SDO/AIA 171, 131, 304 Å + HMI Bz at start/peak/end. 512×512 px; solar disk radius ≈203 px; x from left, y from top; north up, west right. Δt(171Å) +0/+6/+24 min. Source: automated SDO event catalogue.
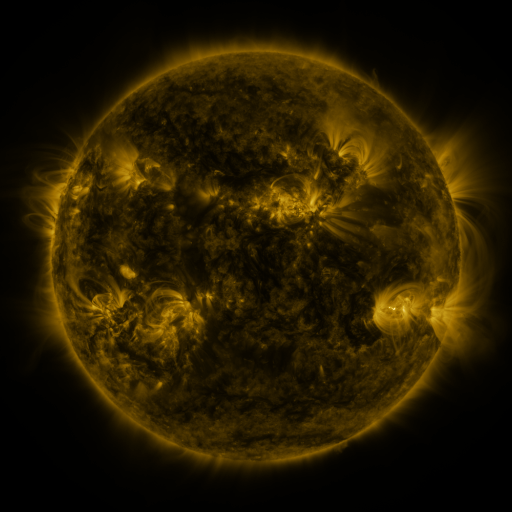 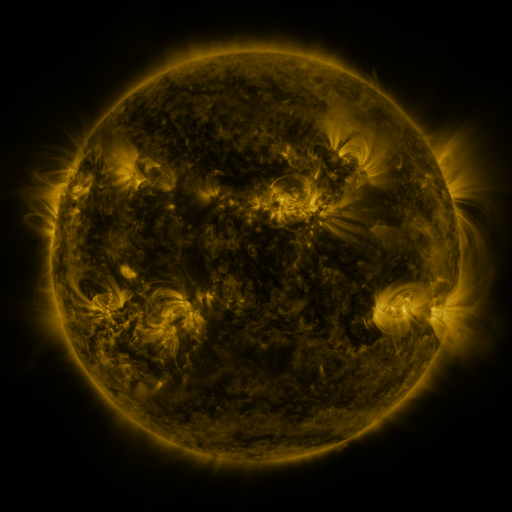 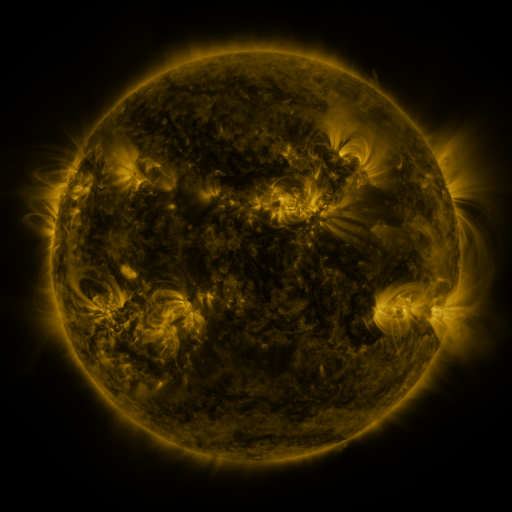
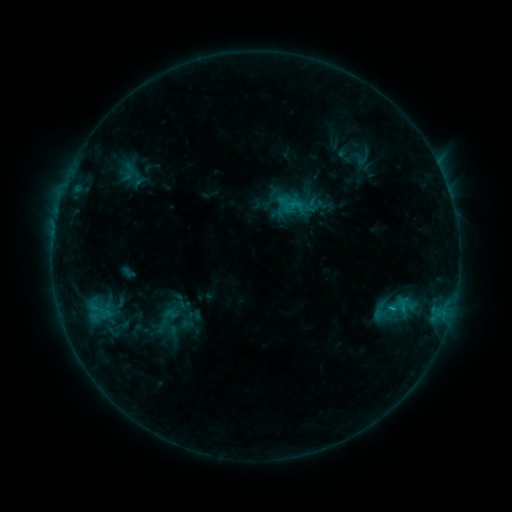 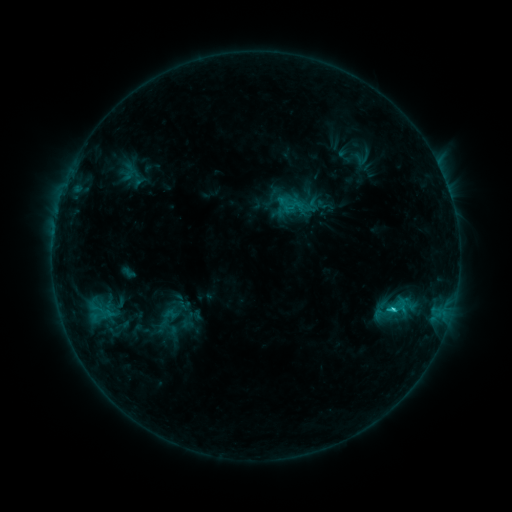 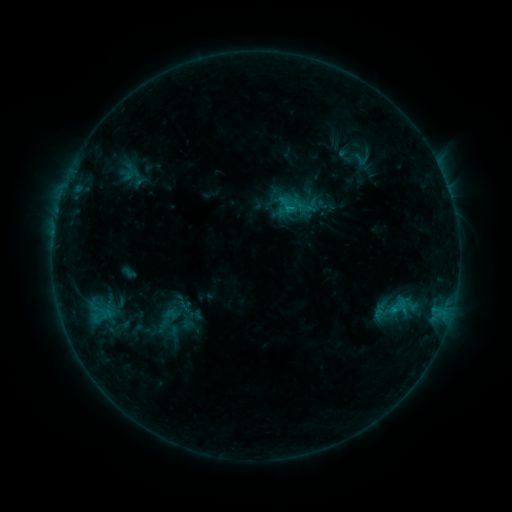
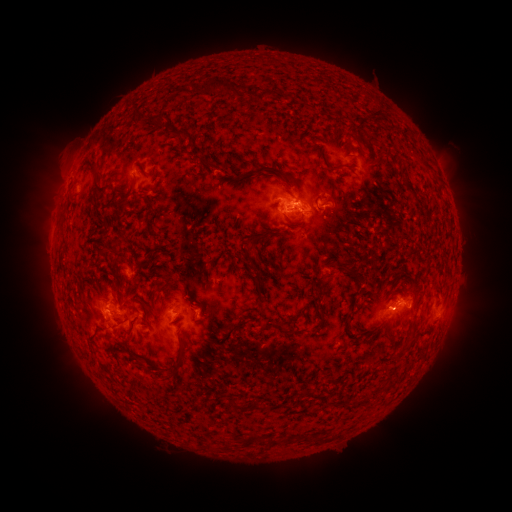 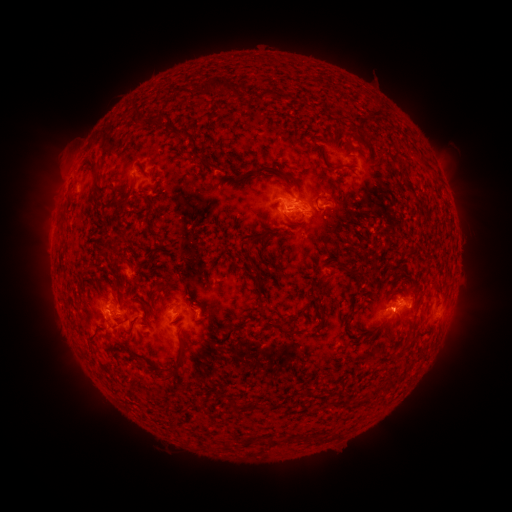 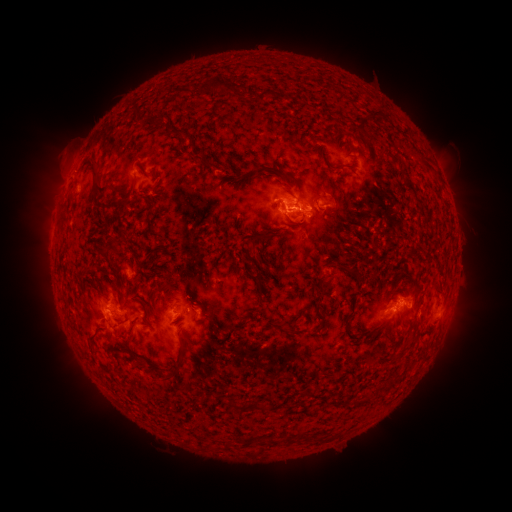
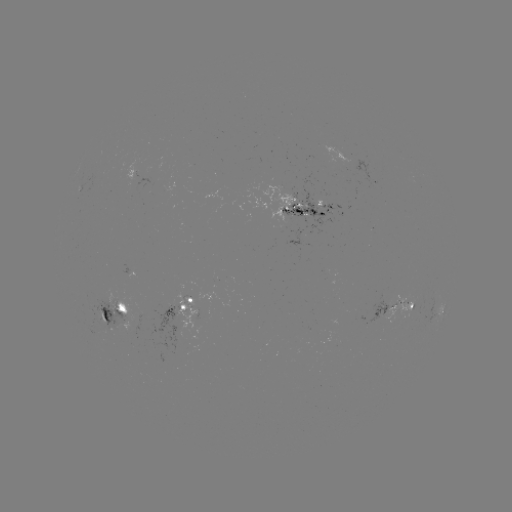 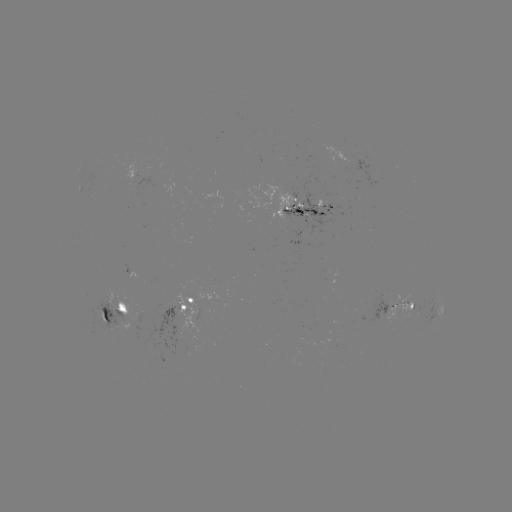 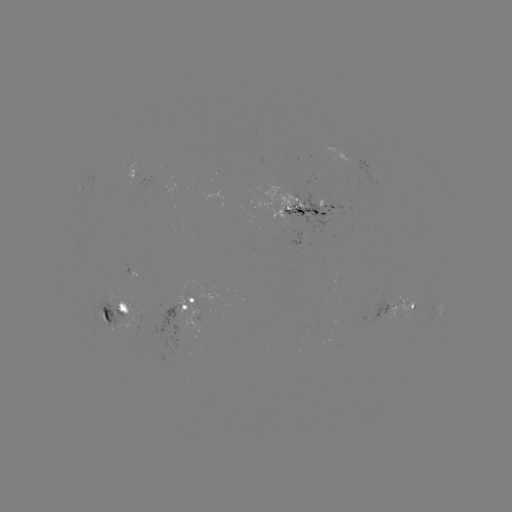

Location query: C2.3 flare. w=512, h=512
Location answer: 393,309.